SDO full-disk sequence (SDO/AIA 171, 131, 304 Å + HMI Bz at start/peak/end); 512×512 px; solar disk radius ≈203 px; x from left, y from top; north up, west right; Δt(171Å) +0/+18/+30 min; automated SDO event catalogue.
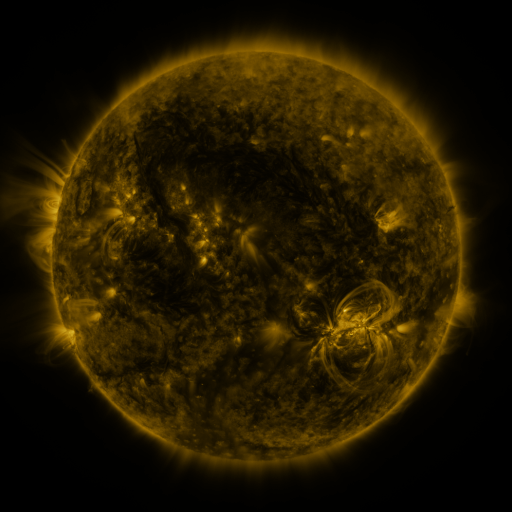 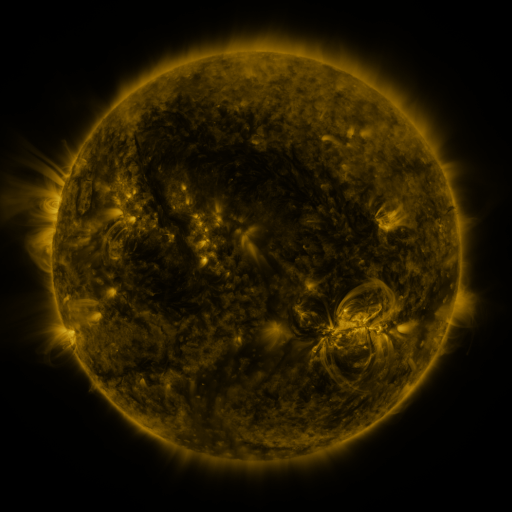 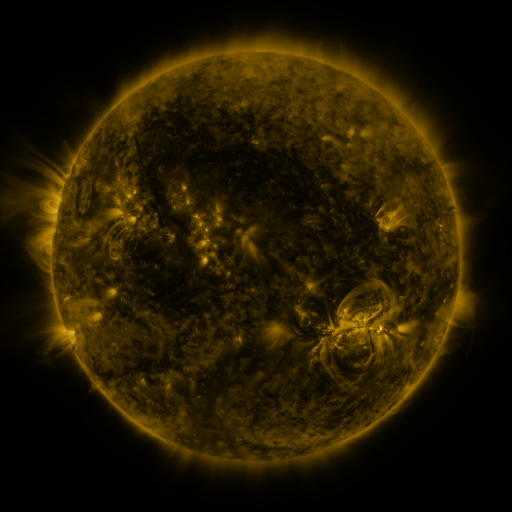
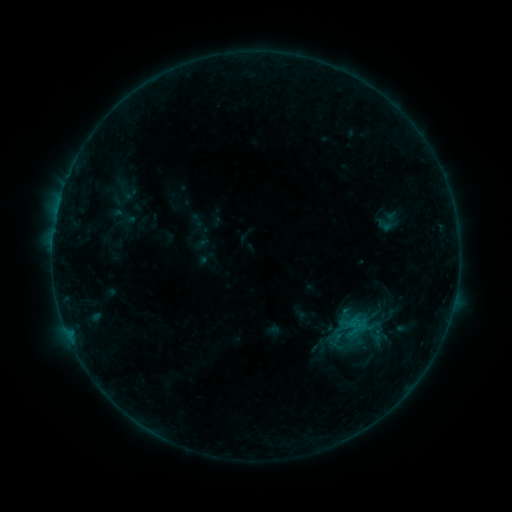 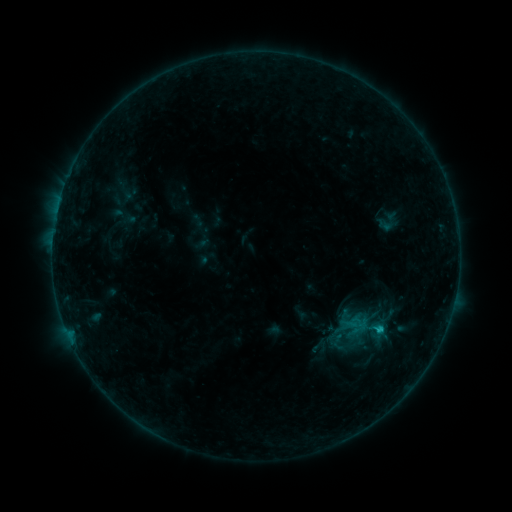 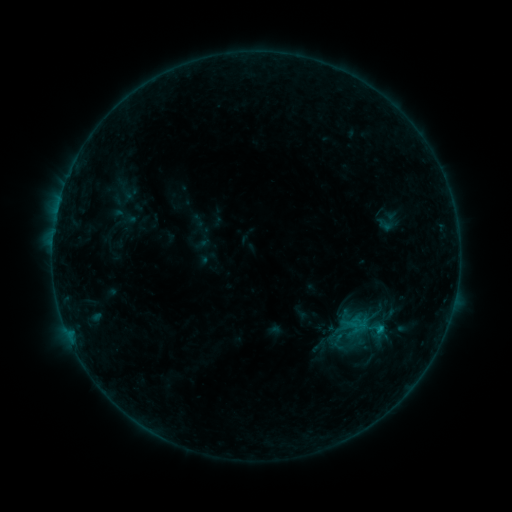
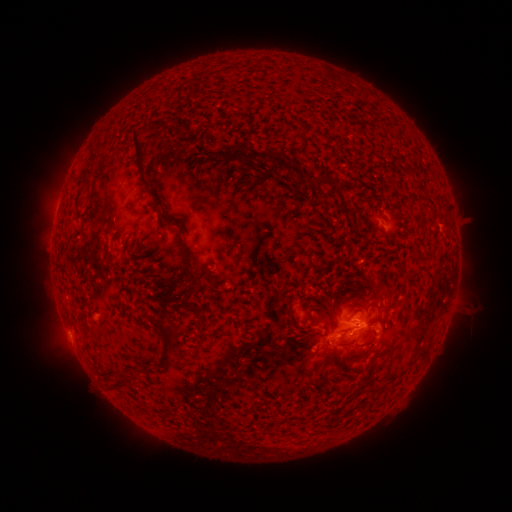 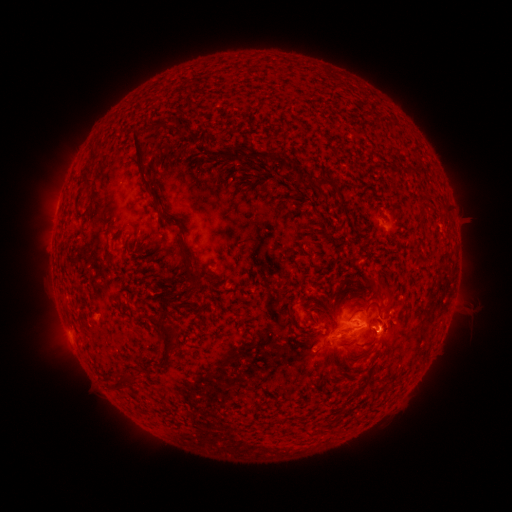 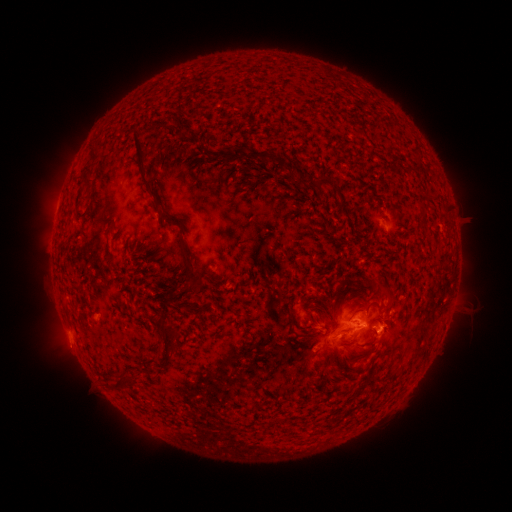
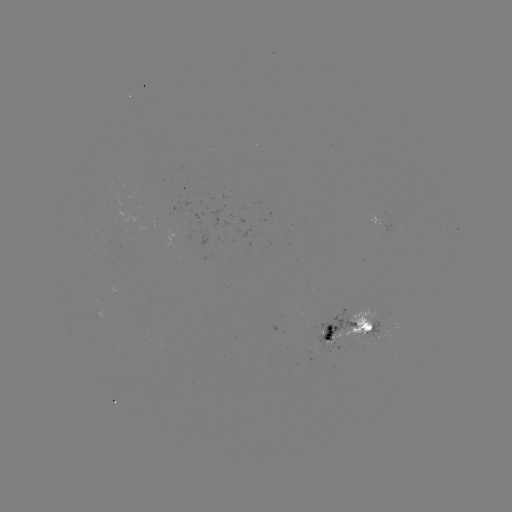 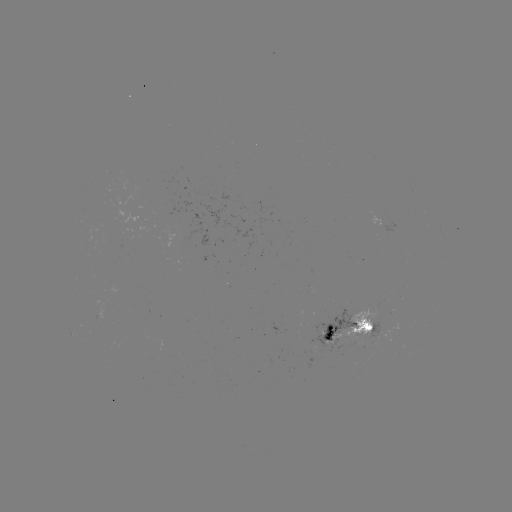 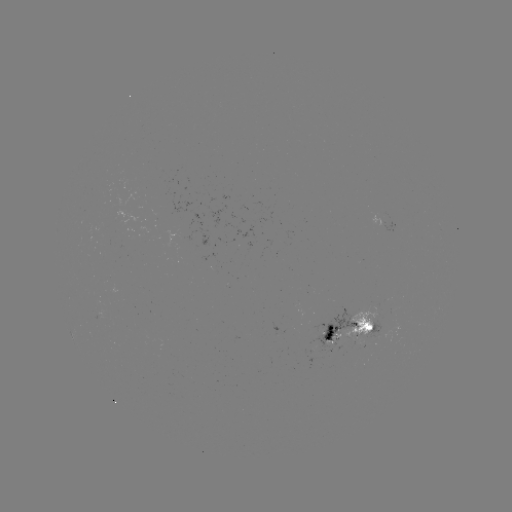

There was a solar flare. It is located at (379, 327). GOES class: B9.1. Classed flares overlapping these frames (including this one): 1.